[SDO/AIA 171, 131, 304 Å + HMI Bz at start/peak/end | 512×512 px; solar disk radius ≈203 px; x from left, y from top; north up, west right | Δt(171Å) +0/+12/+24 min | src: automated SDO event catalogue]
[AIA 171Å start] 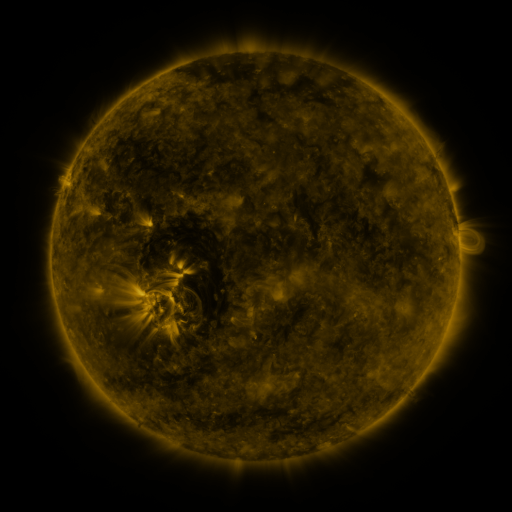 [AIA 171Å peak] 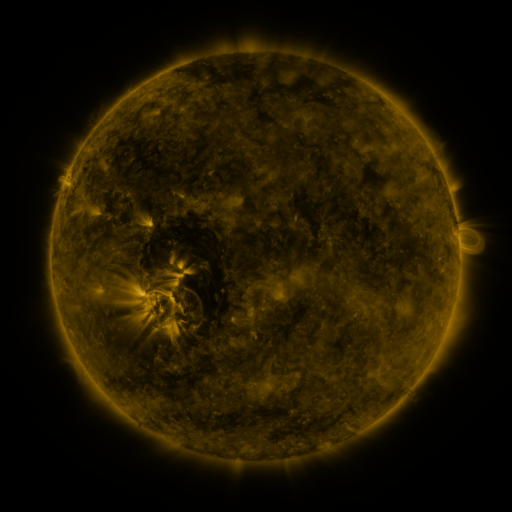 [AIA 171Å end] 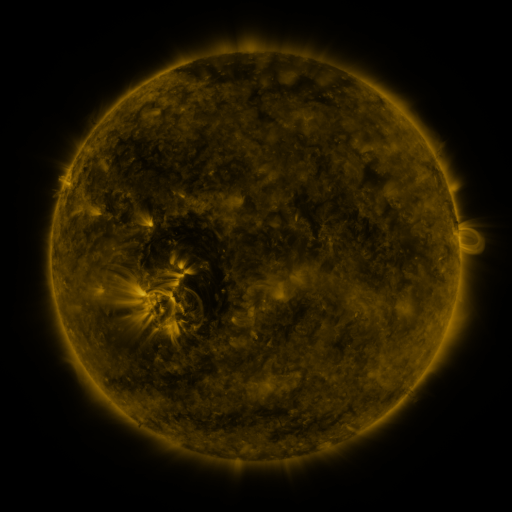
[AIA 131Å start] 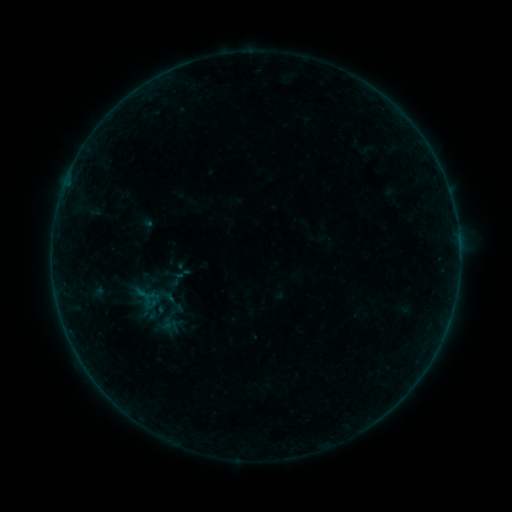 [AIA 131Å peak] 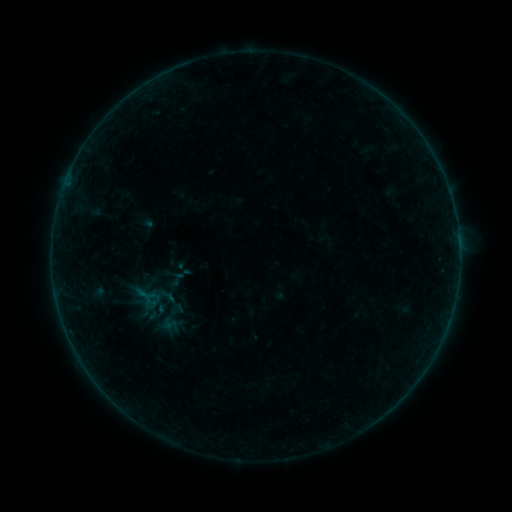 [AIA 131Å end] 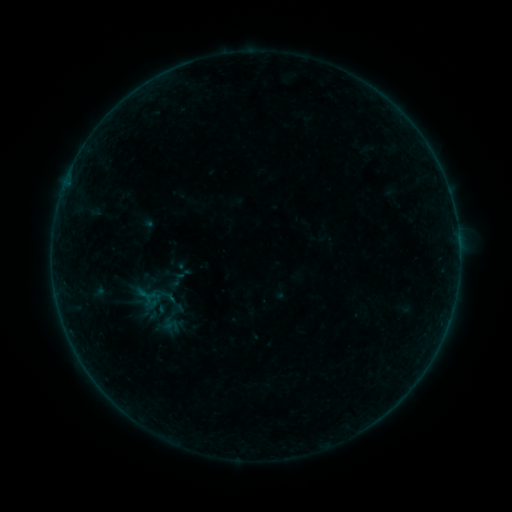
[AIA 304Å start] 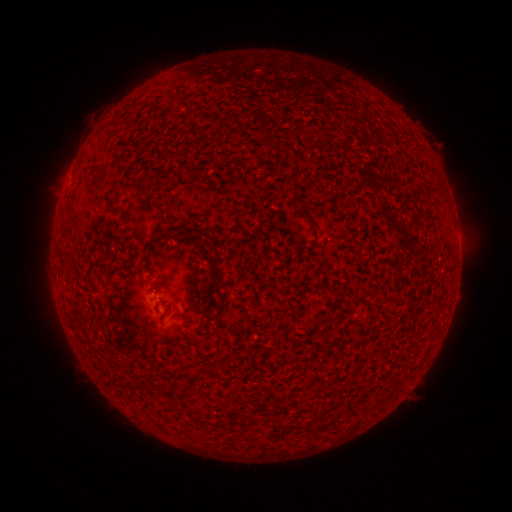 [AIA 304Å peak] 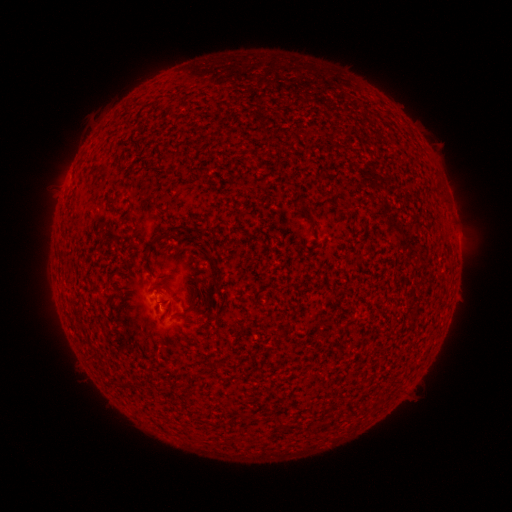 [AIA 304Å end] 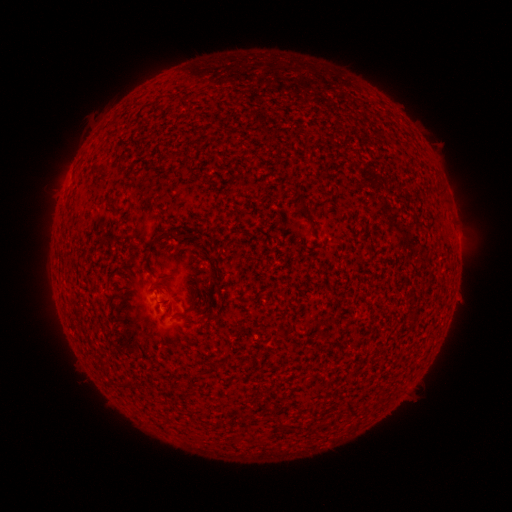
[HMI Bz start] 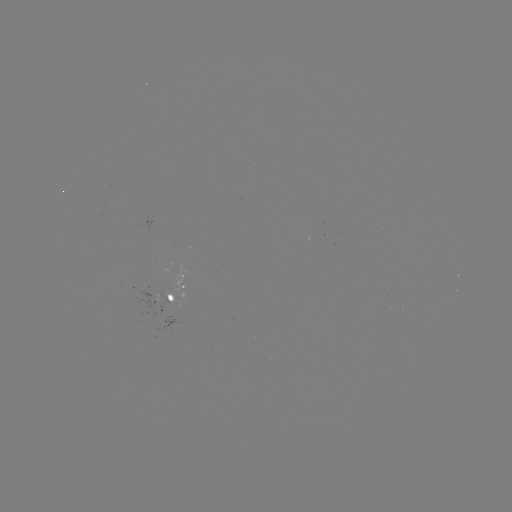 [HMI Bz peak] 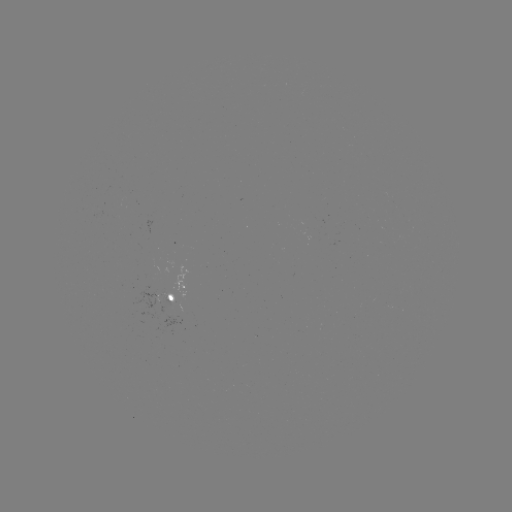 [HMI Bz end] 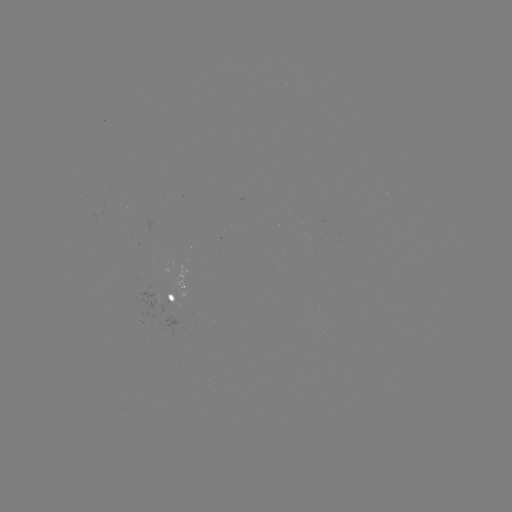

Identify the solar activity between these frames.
no flare in any classed list; no EUV-trigger detection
